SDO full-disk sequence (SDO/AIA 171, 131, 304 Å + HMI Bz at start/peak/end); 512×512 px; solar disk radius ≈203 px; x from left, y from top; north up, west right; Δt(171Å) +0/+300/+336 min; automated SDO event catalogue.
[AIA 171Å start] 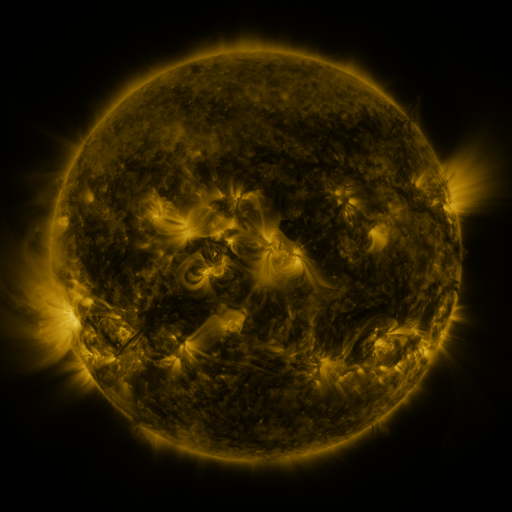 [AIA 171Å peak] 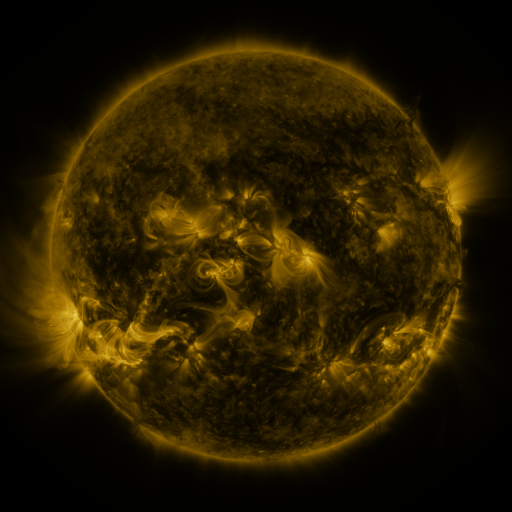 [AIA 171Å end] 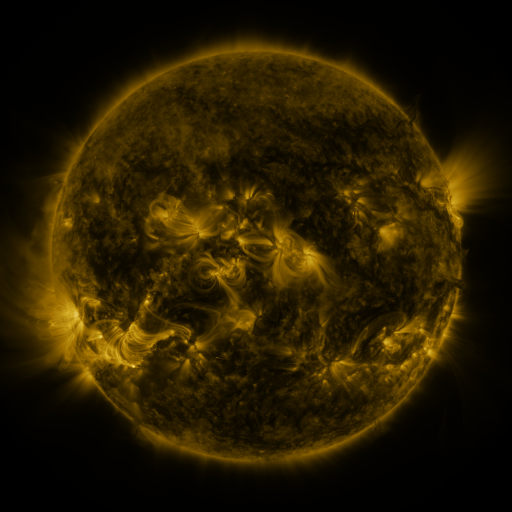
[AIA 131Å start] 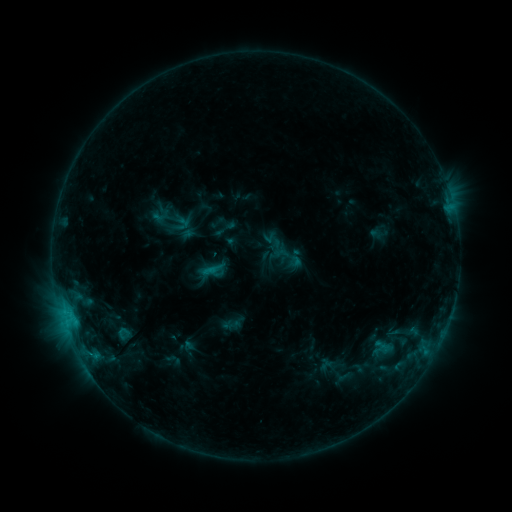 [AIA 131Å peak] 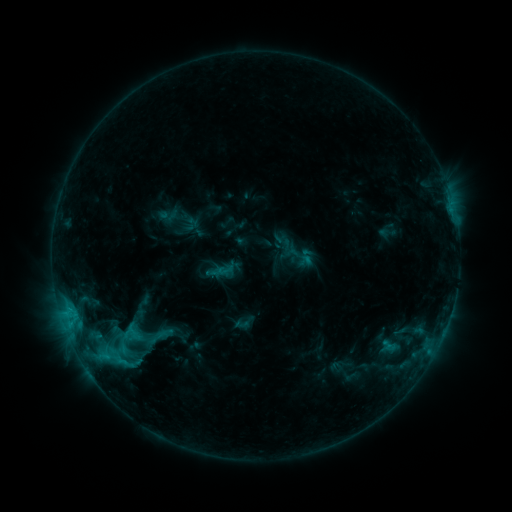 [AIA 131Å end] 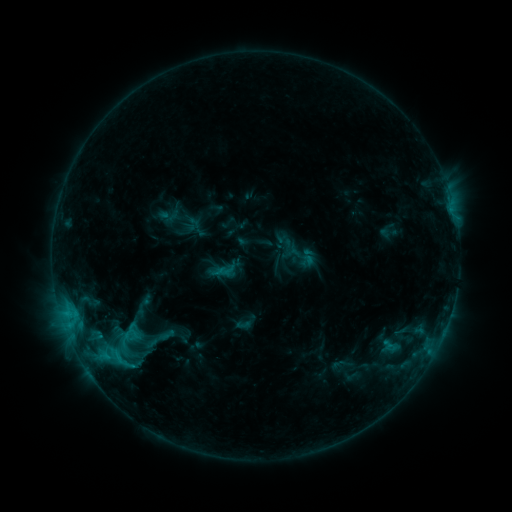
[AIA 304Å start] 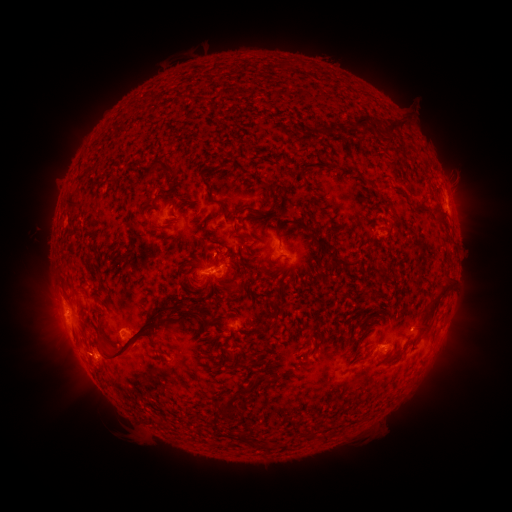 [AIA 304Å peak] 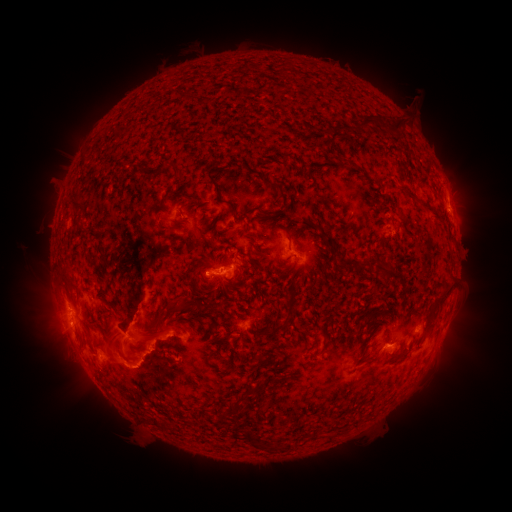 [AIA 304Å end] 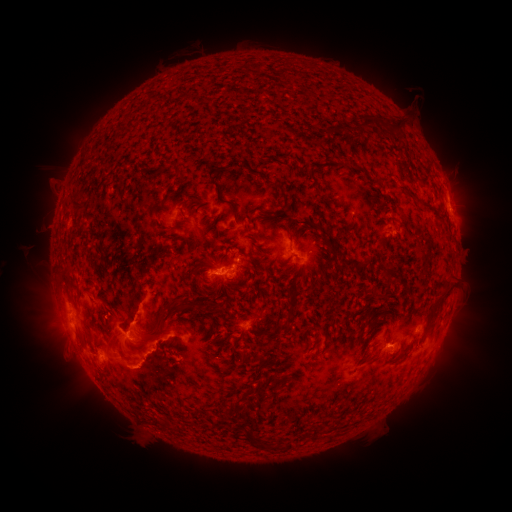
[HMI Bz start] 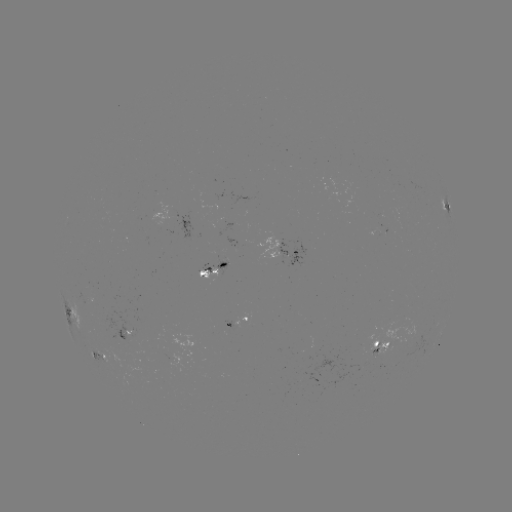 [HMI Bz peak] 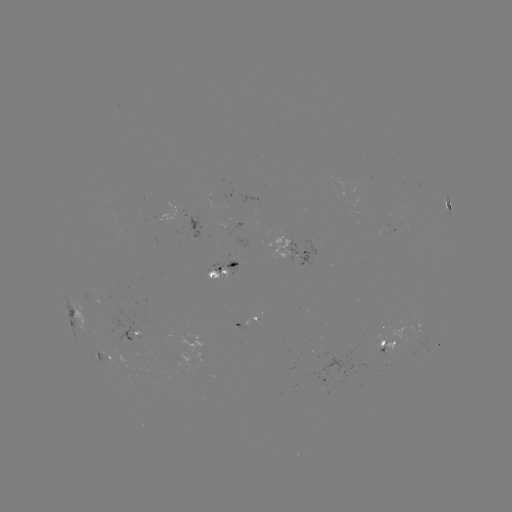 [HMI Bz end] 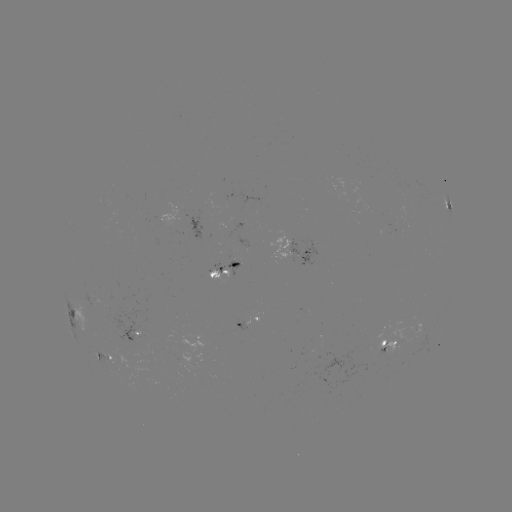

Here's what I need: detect emerging-flux region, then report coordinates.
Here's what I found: emerging-flux region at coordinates (90, 302).